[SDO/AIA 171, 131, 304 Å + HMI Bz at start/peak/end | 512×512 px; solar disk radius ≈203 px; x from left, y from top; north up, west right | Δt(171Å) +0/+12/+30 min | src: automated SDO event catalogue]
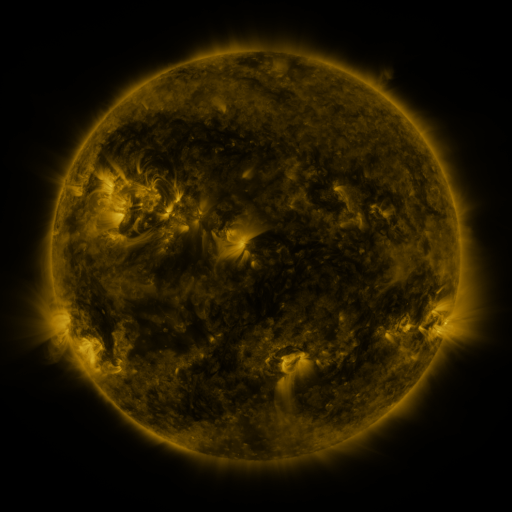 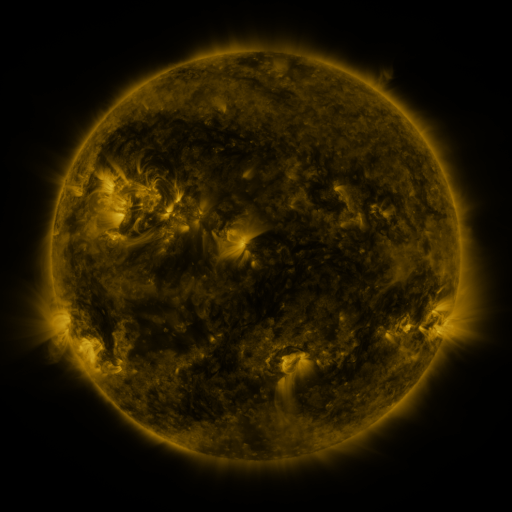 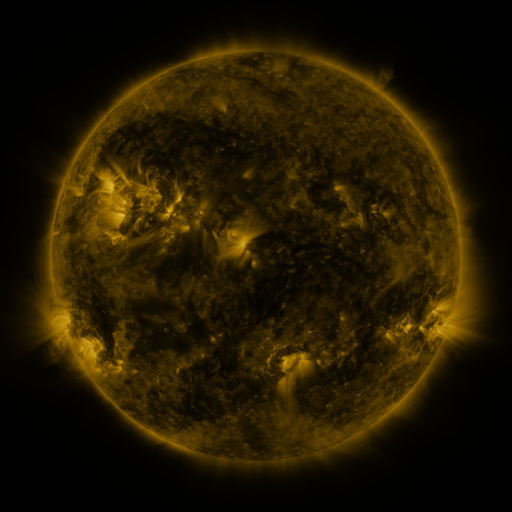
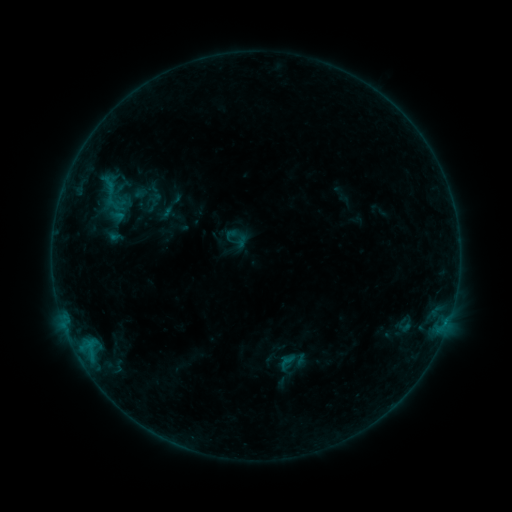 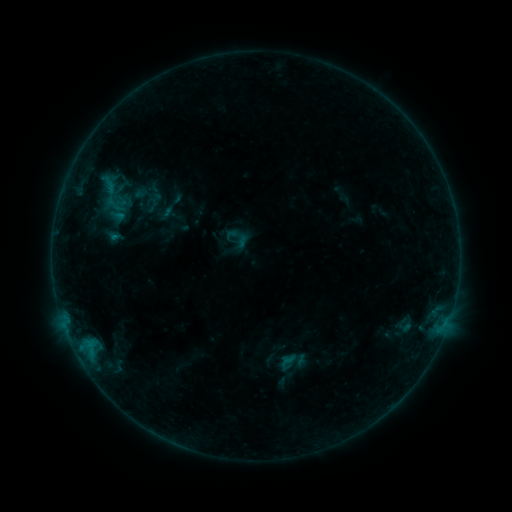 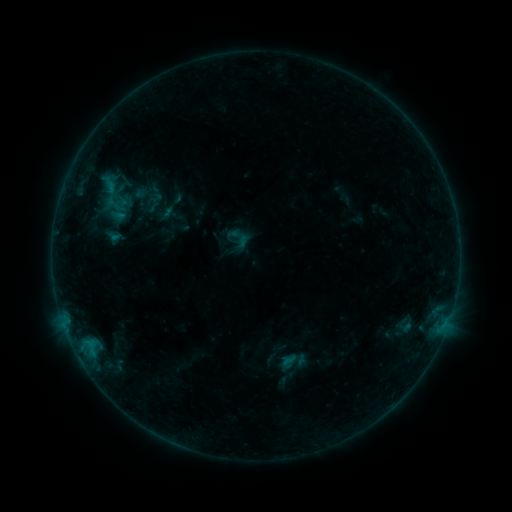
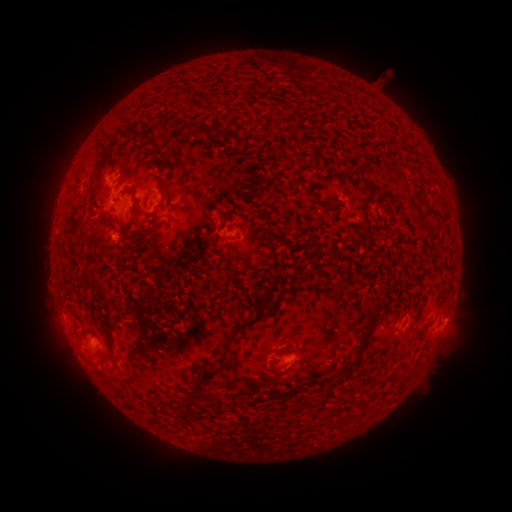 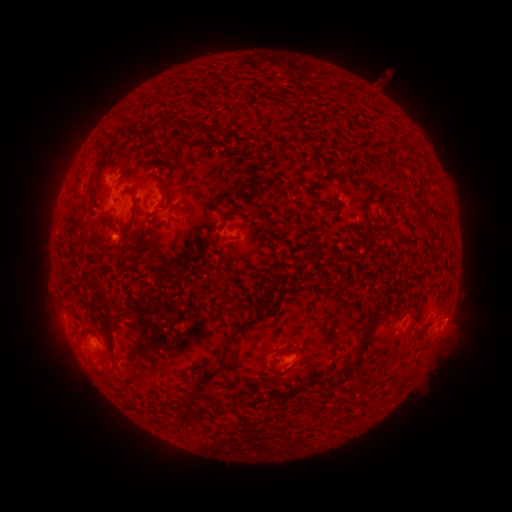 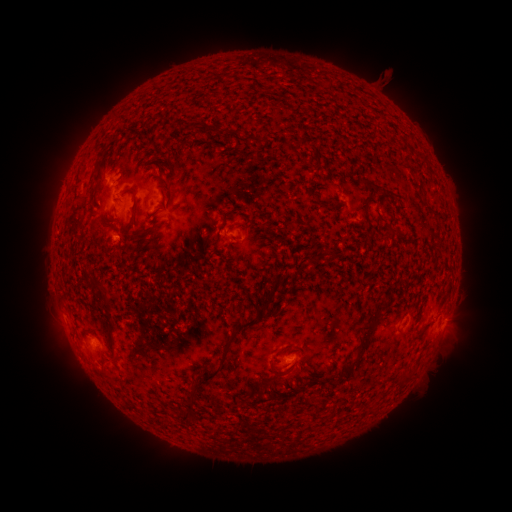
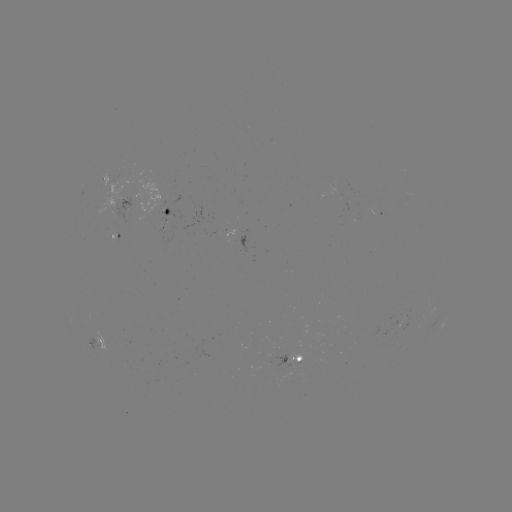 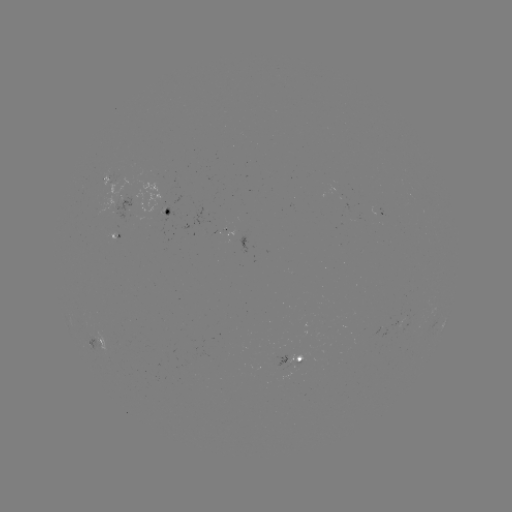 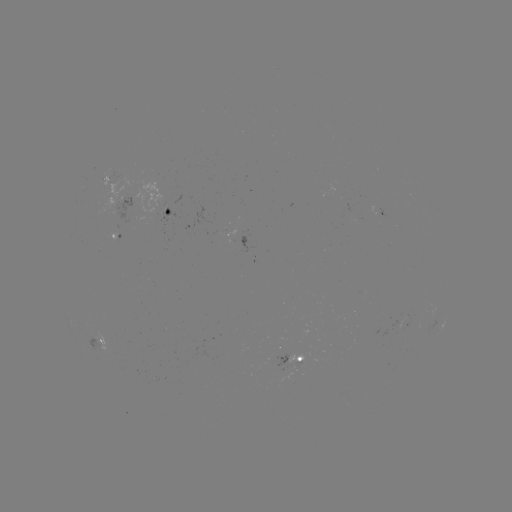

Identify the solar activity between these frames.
nothing was catalogued: no classed flare, no EUV trigger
